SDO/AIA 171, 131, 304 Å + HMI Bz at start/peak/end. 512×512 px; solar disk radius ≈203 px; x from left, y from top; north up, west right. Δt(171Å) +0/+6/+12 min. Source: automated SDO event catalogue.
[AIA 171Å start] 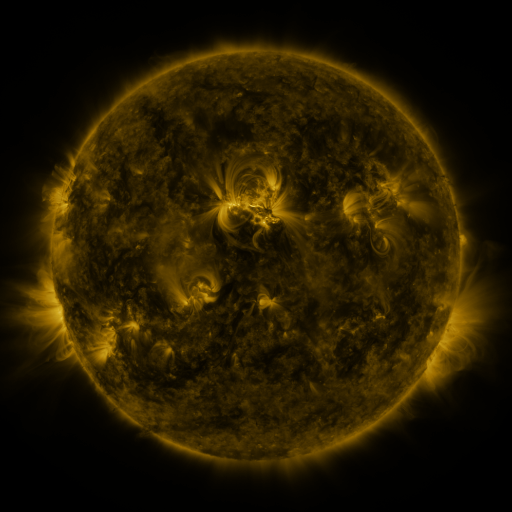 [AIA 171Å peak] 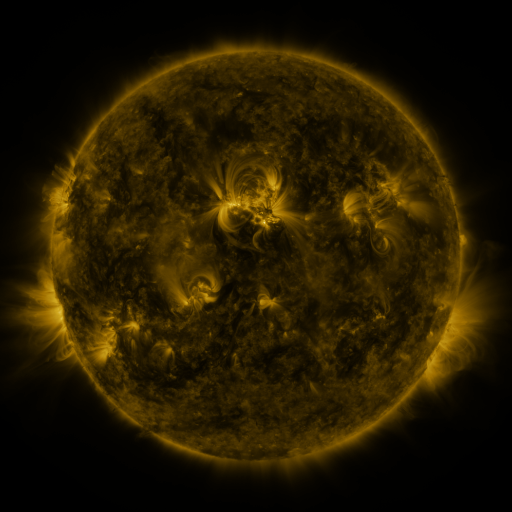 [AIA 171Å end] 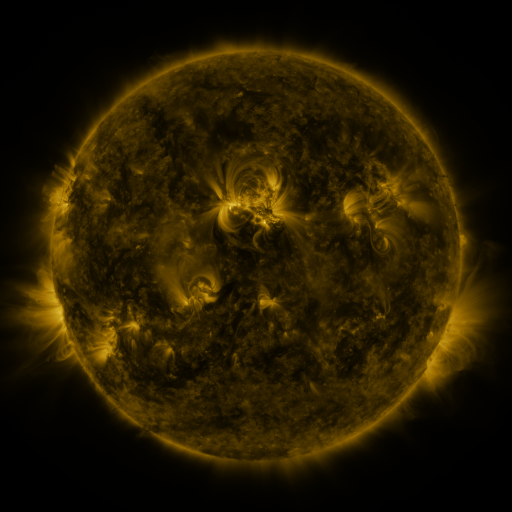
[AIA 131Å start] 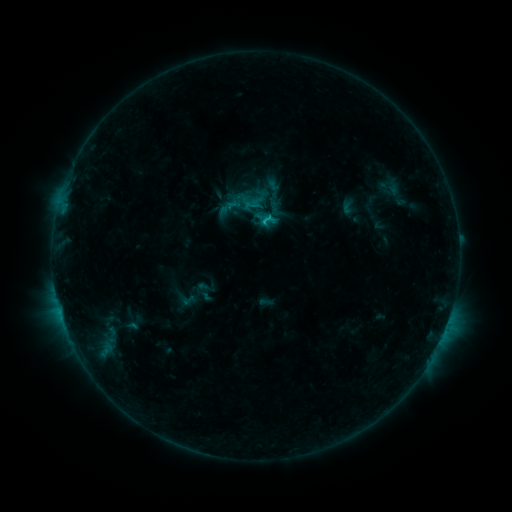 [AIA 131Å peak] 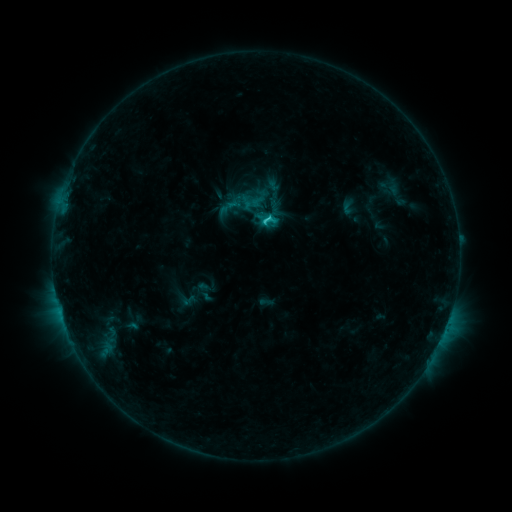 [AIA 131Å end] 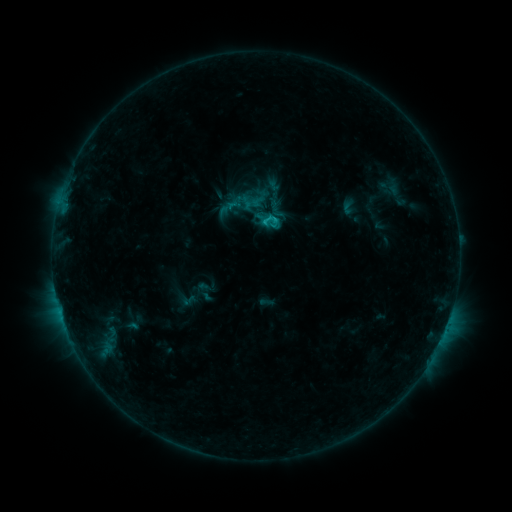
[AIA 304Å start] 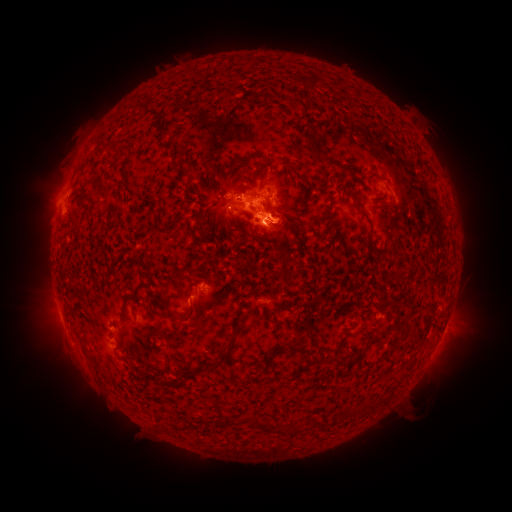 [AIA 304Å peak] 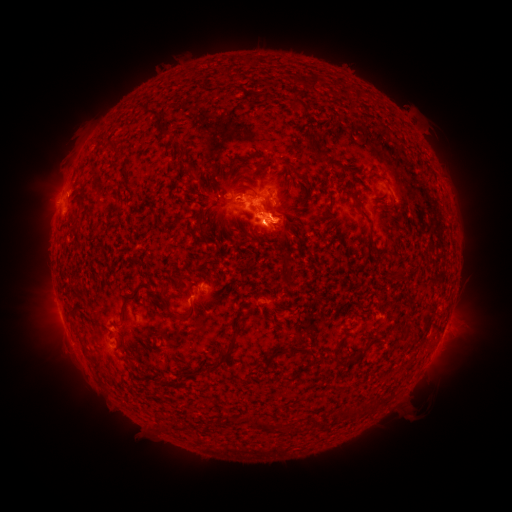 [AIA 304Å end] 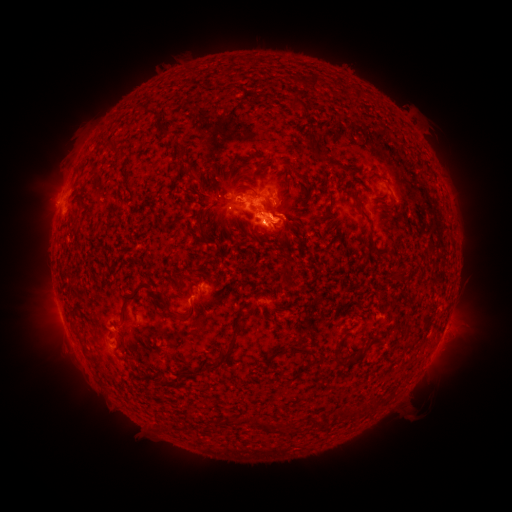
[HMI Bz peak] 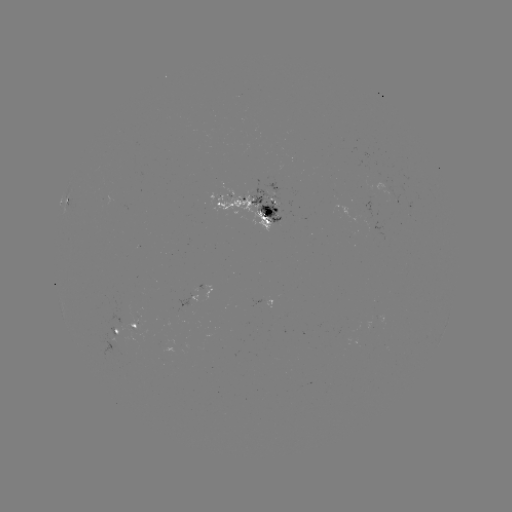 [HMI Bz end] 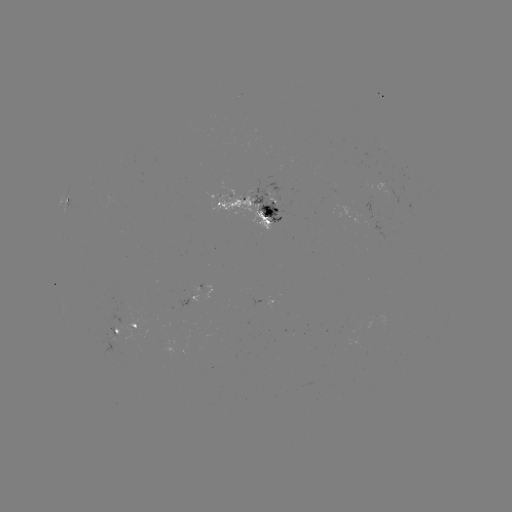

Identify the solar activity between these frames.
C1.5 flare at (263, 223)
